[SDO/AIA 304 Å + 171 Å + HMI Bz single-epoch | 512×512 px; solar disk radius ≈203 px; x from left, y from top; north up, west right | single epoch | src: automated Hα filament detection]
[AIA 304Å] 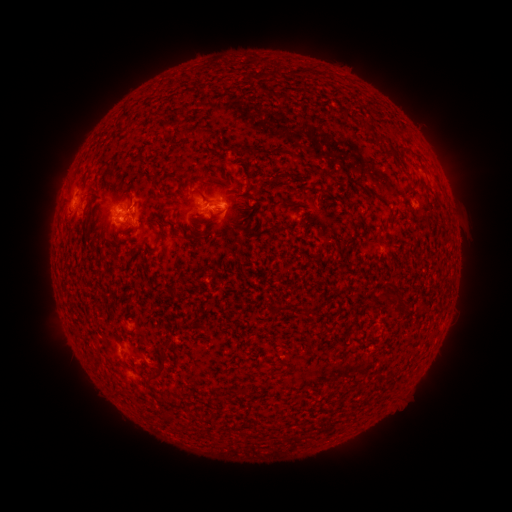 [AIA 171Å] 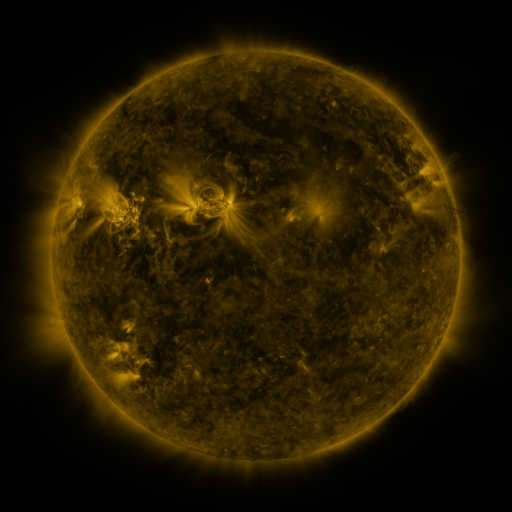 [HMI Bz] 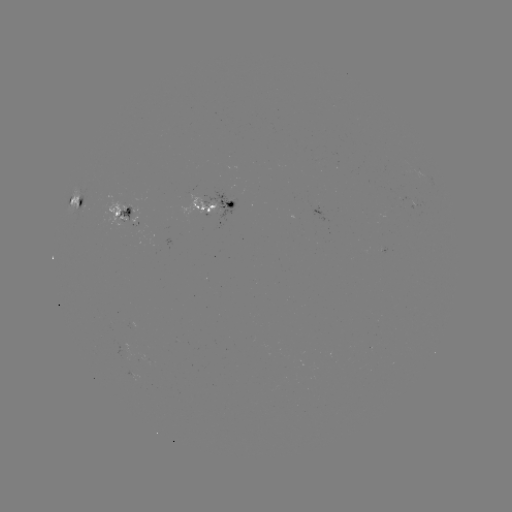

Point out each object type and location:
filament: (370, 130)
filament: (201, 131)
filament: (391, 153)
filament: (296, 157)
filament: (220, 179)
filament: (201, 193)
filament: (170, 194)
filament: (306, 313)
filament: (158, 372)
